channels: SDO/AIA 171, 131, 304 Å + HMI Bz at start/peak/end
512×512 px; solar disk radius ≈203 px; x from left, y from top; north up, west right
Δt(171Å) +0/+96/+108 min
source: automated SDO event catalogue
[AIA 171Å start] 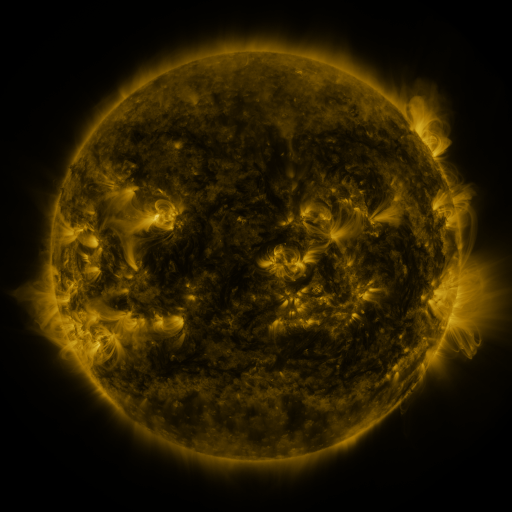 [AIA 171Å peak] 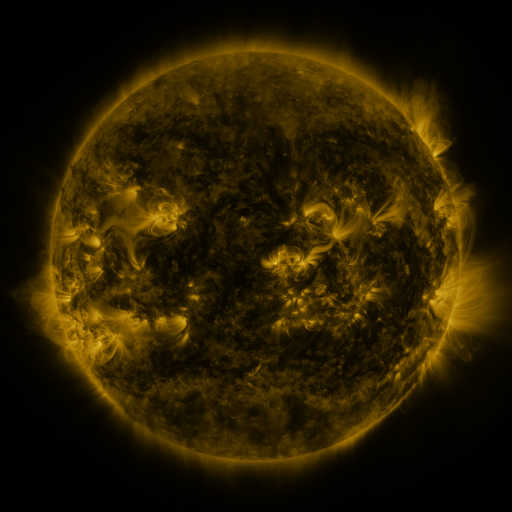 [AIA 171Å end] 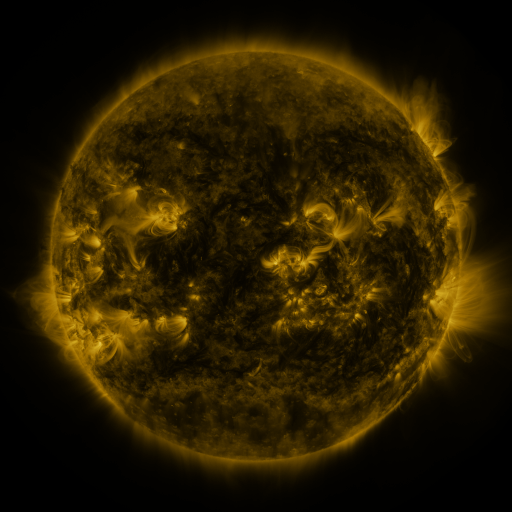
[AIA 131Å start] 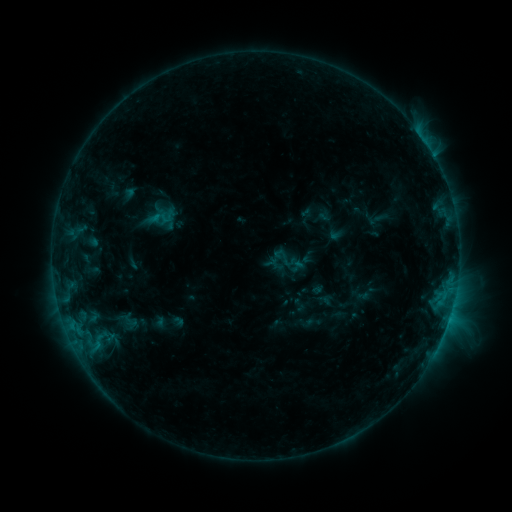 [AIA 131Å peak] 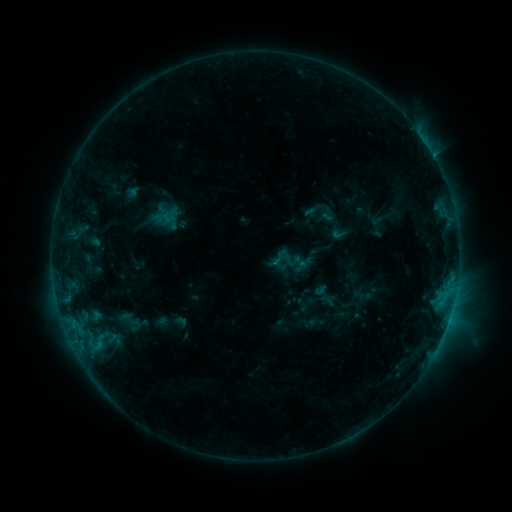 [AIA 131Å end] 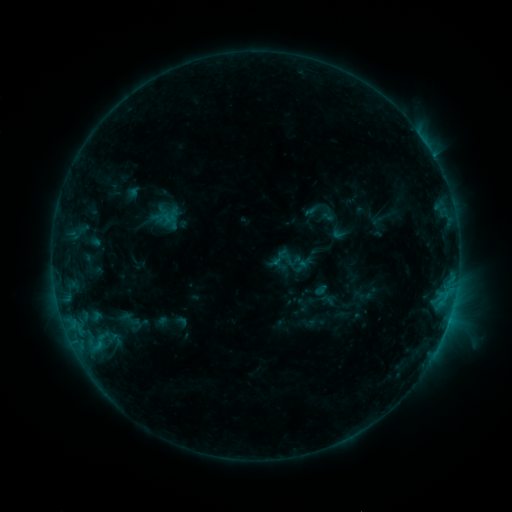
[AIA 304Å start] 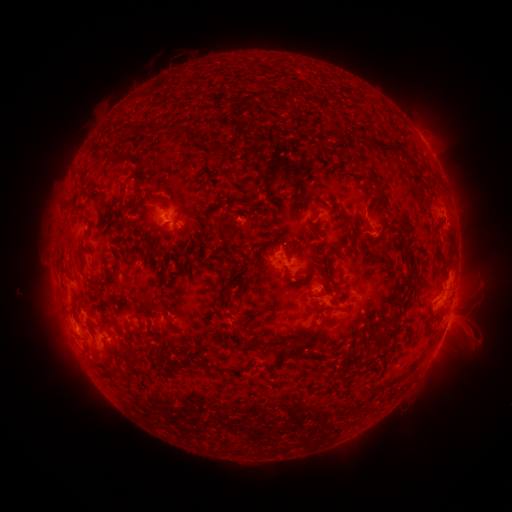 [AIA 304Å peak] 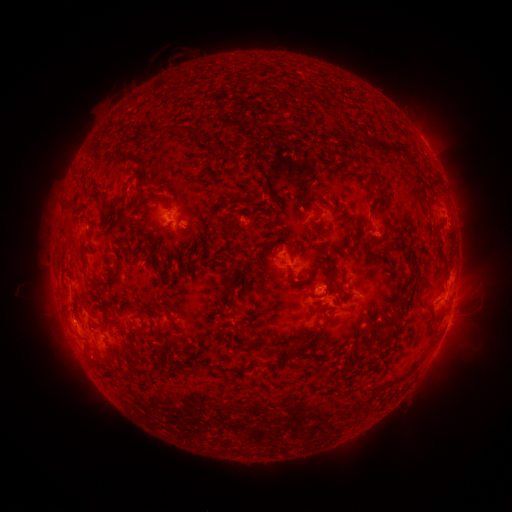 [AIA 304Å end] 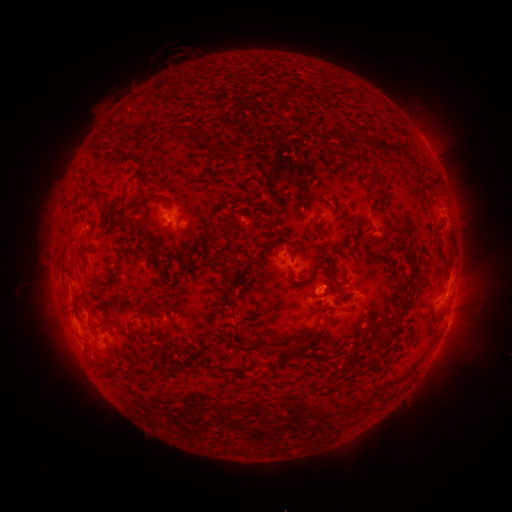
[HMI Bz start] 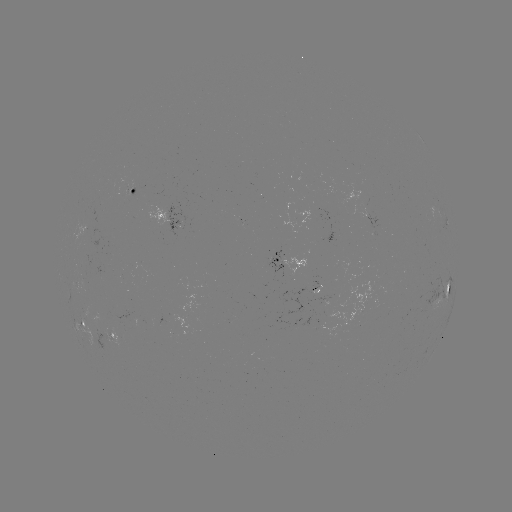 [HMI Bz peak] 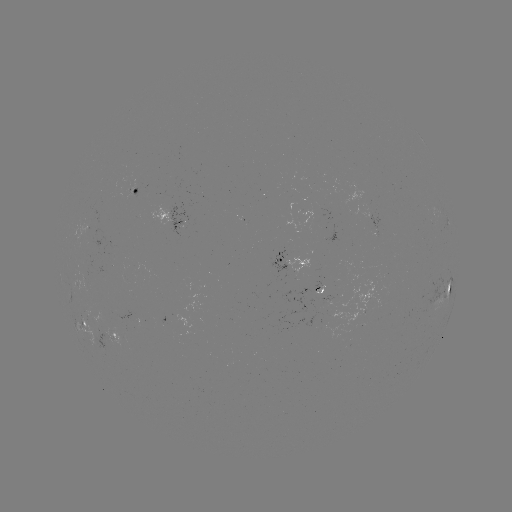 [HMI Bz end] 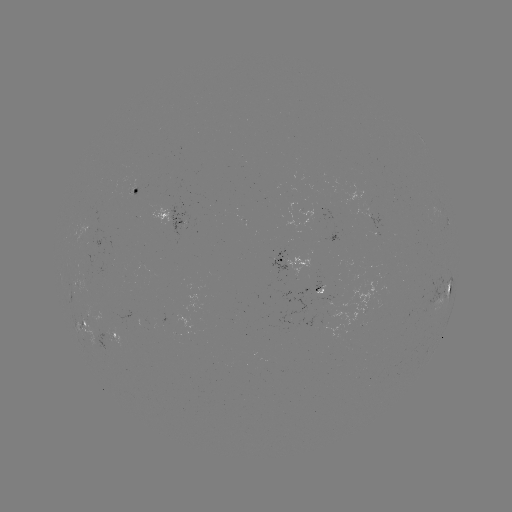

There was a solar emerging-flux region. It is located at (91, 229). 